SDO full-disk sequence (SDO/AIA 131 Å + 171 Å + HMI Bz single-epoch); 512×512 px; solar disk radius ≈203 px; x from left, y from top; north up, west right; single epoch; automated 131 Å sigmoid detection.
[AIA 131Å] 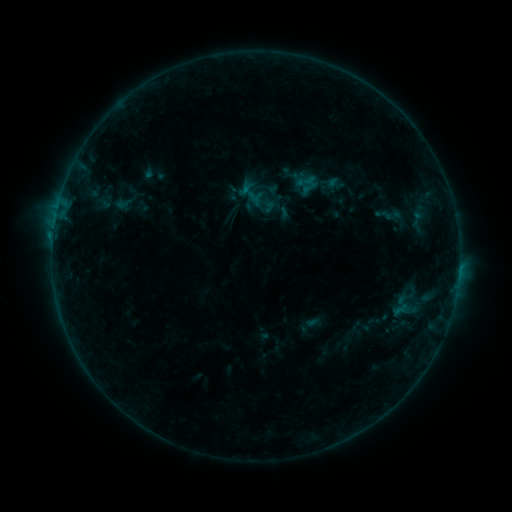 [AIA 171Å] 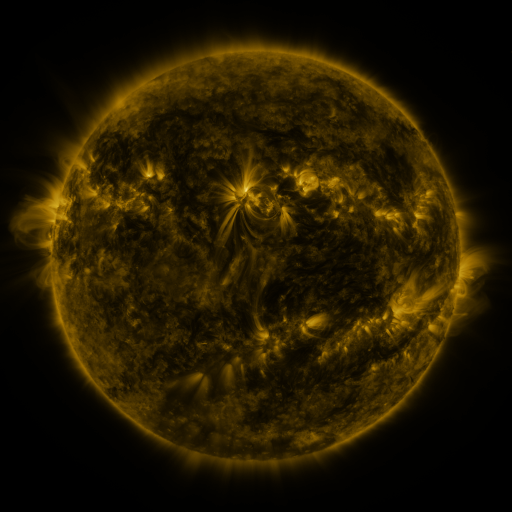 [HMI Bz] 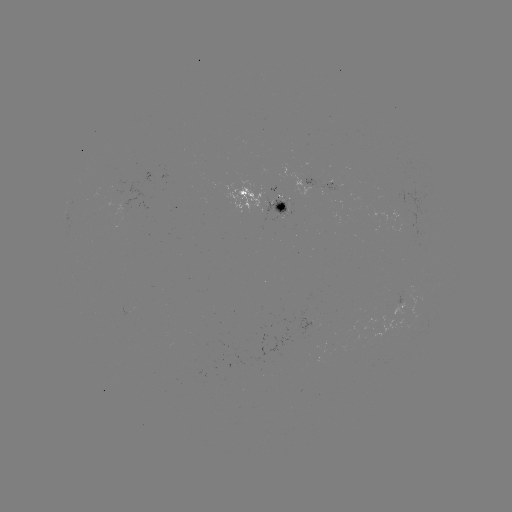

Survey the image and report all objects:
sigmoid: (403, 305)
